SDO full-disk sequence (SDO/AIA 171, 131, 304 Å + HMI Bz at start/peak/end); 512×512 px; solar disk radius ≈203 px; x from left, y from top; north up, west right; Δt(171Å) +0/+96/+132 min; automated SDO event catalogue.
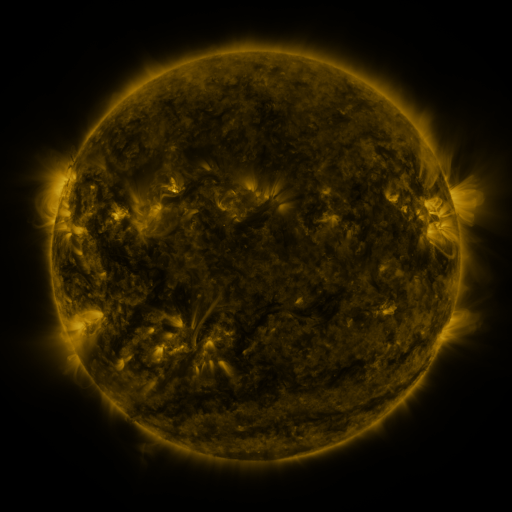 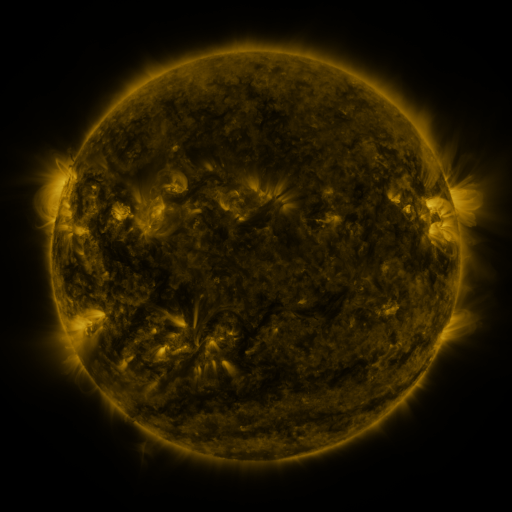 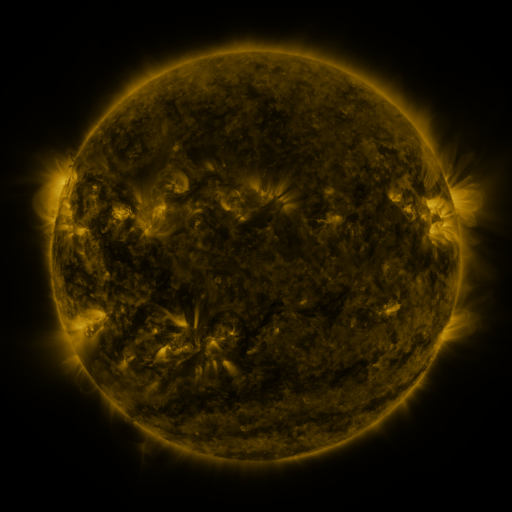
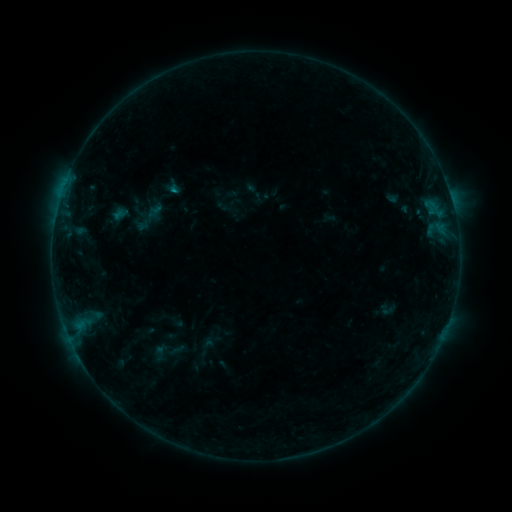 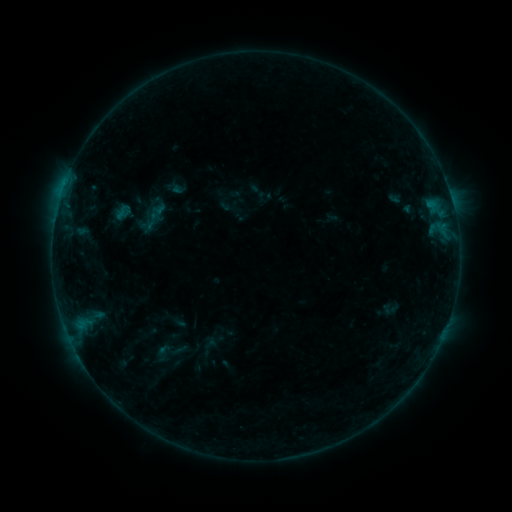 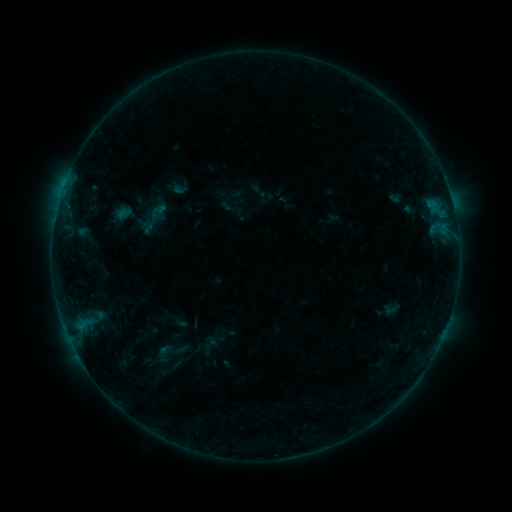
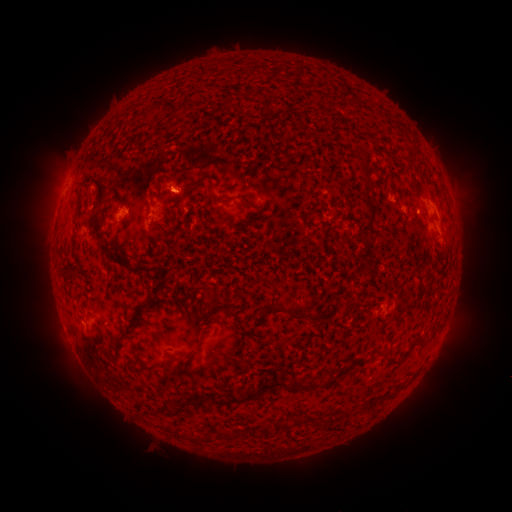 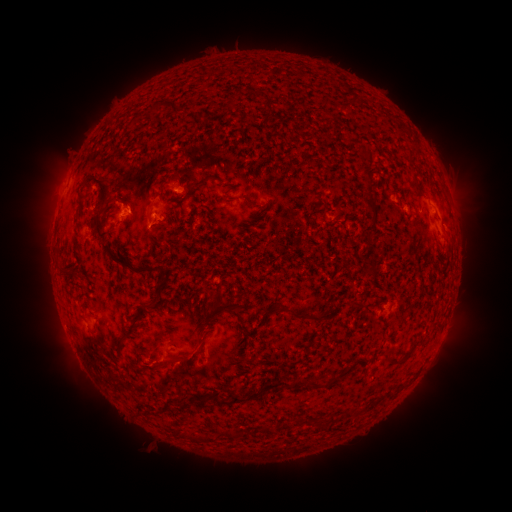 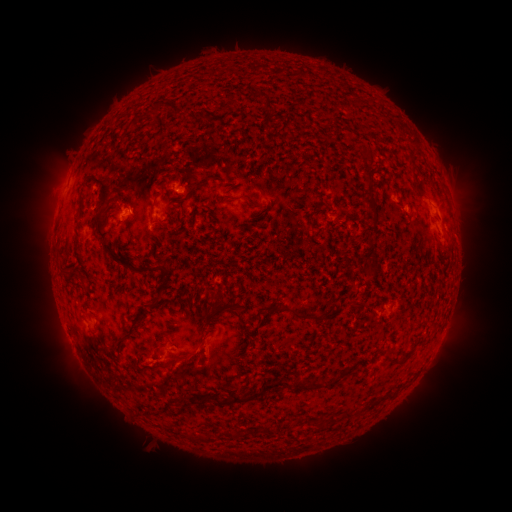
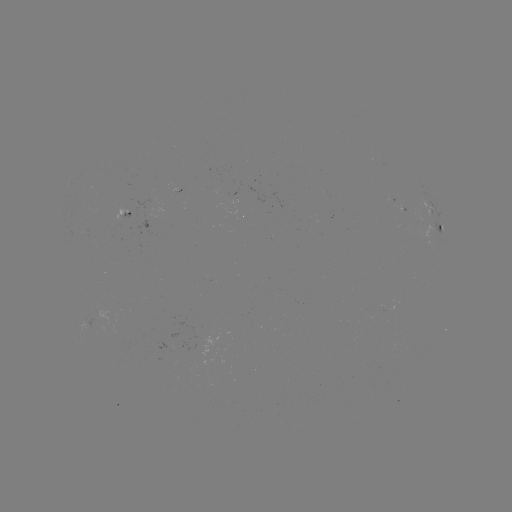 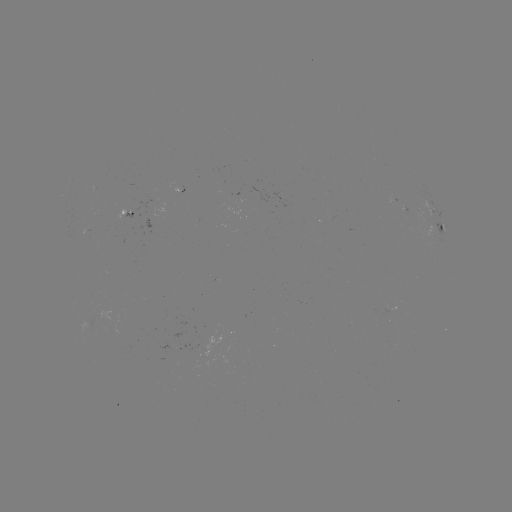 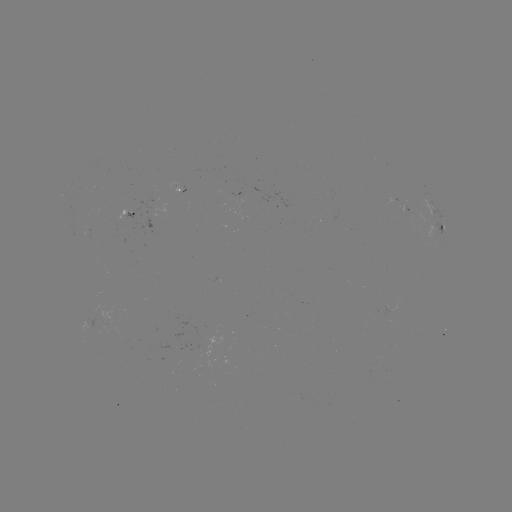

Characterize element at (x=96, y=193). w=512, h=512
emerging-flux region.